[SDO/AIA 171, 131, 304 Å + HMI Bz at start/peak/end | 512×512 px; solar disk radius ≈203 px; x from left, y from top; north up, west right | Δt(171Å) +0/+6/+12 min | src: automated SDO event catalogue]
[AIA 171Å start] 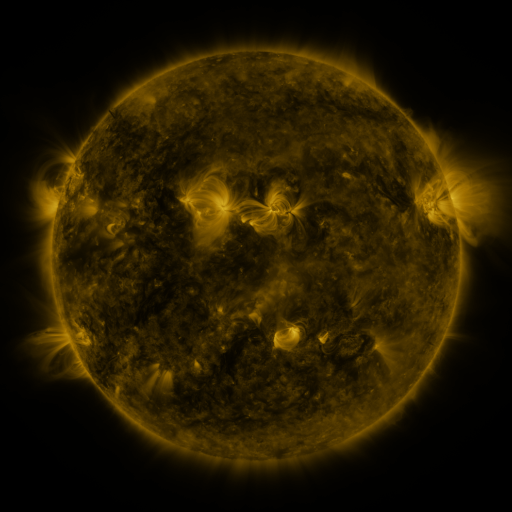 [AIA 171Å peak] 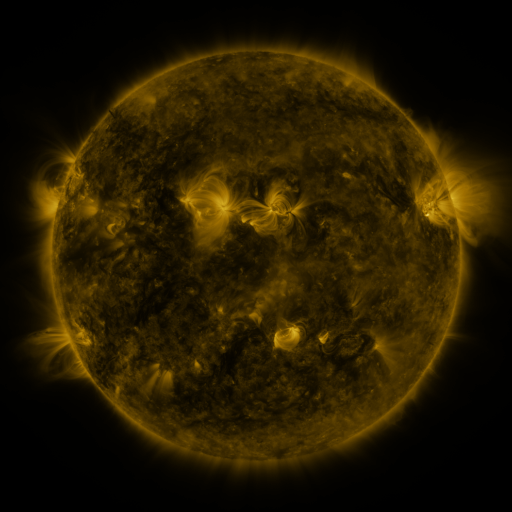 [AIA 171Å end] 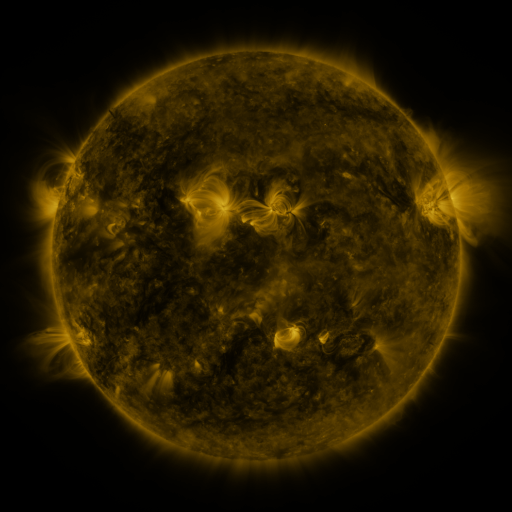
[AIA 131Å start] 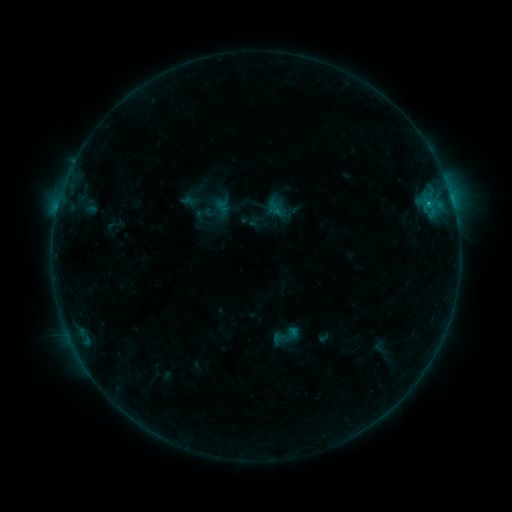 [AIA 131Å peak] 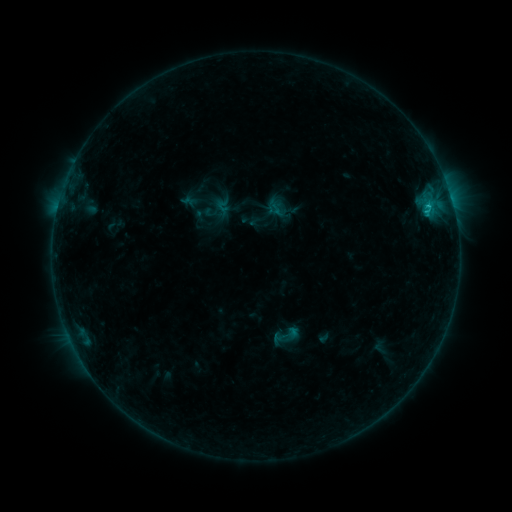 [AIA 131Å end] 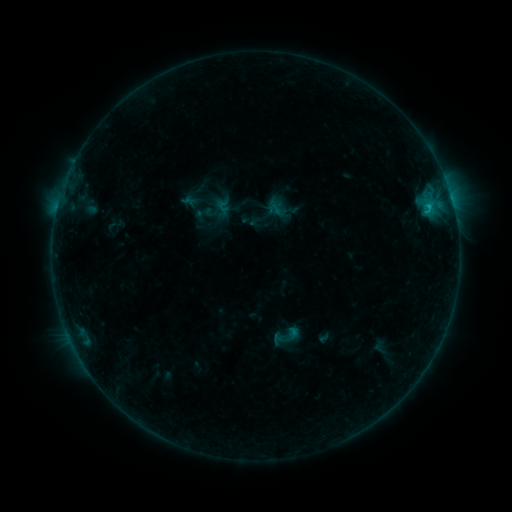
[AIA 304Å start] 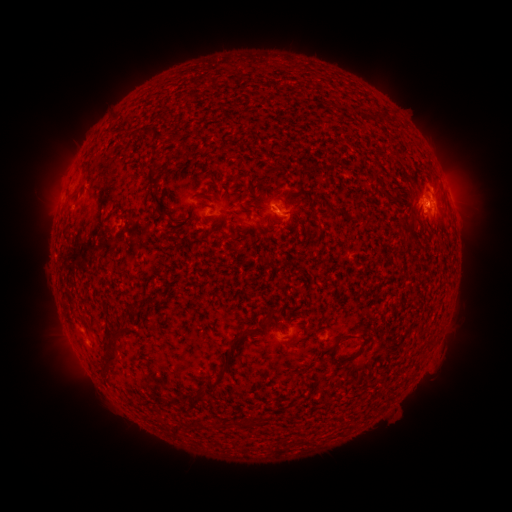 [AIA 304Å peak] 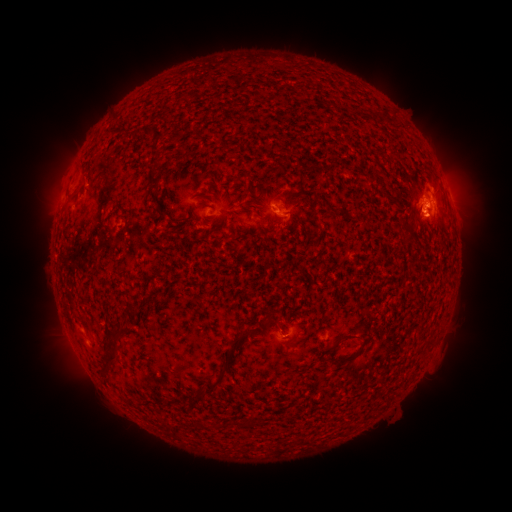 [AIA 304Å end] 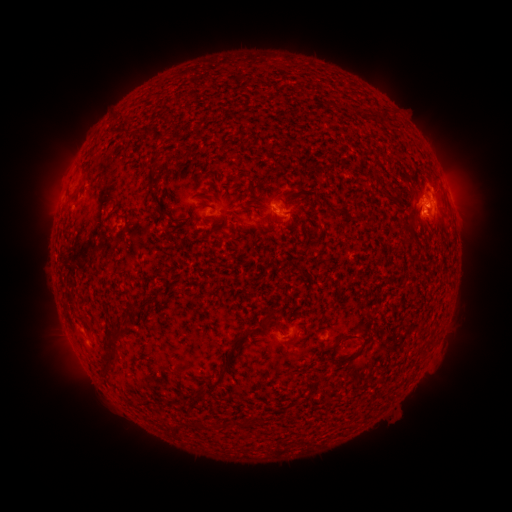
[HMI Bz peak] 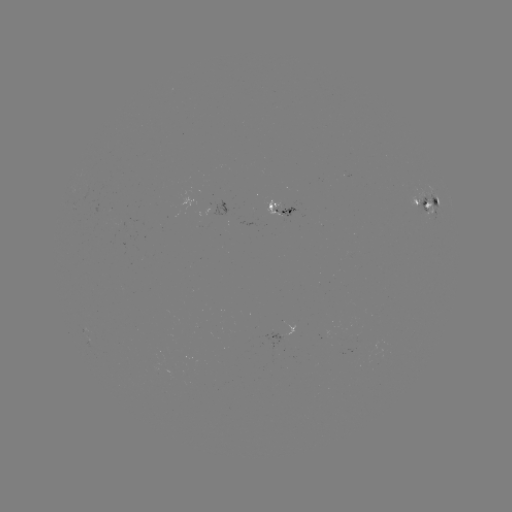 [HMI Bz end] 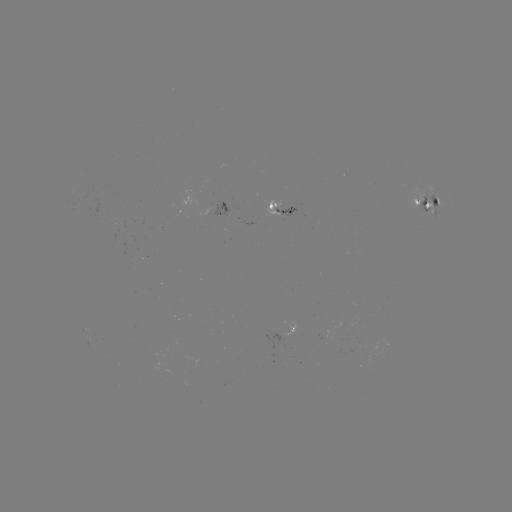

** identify B8.1 flare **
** [427, 210] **